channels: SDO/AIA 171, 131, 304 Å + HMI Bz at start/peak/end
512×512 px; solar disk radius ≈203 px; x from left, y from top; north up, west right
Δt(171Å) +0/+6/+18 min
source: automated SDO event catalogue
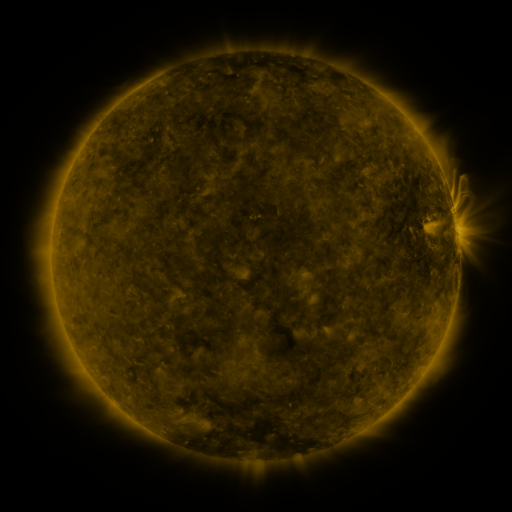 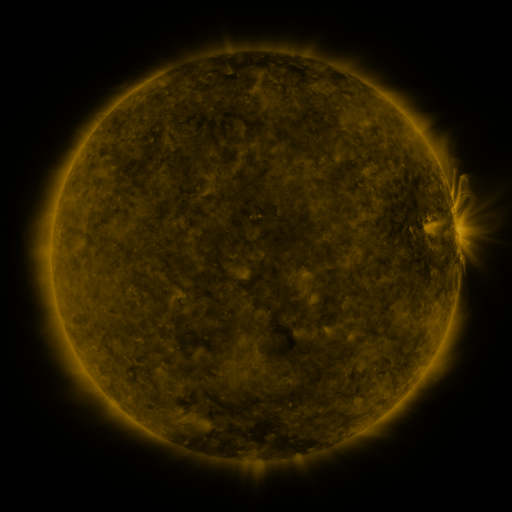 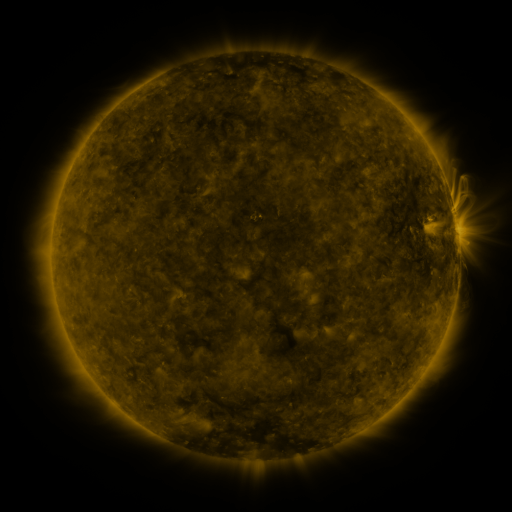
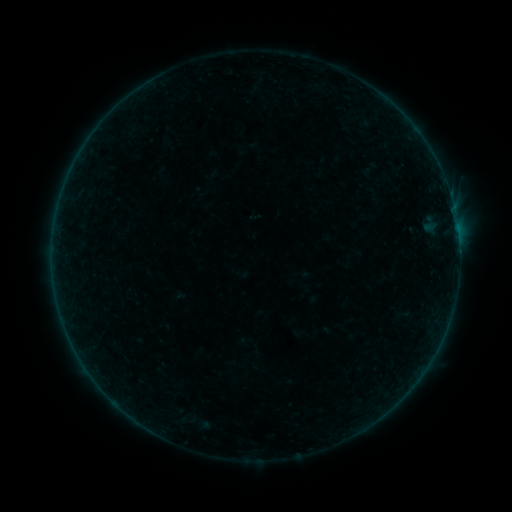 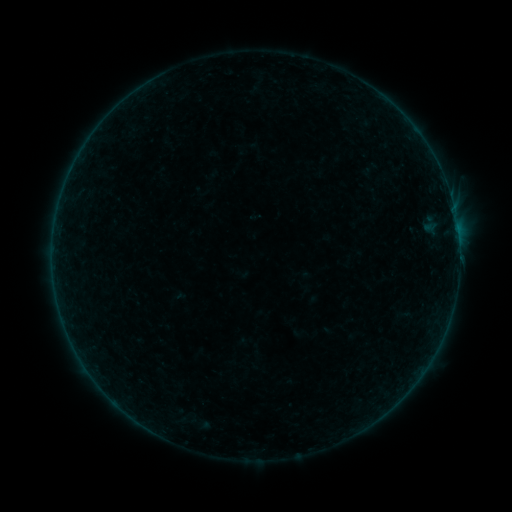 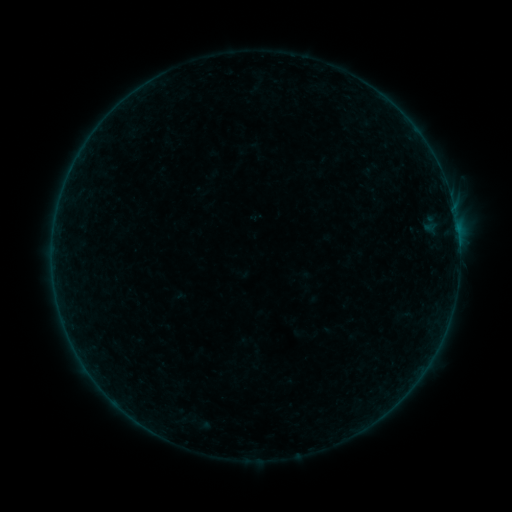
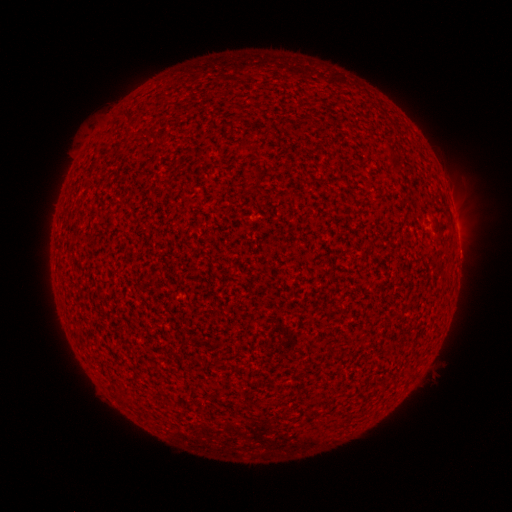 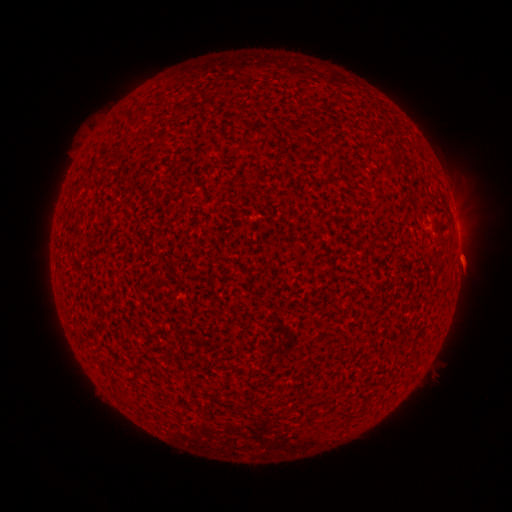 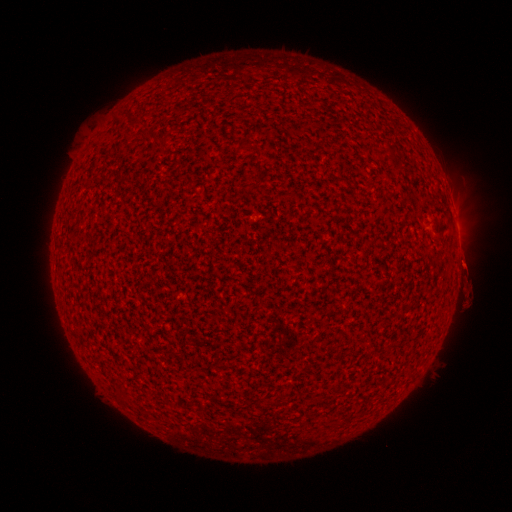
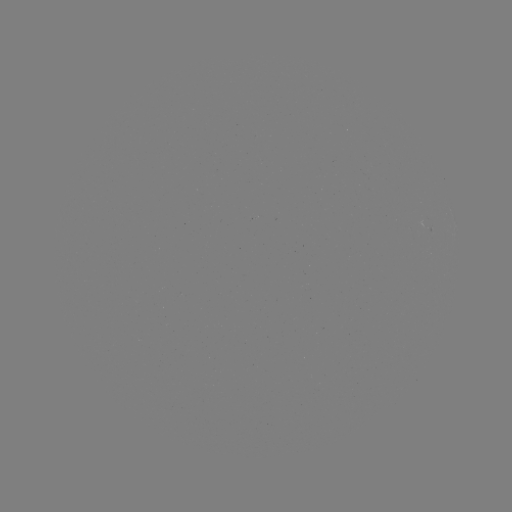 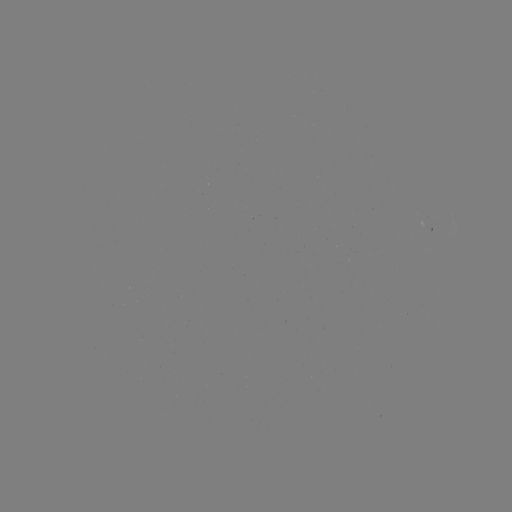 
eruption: <bbox>436, 235, 484, 292</bbox>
